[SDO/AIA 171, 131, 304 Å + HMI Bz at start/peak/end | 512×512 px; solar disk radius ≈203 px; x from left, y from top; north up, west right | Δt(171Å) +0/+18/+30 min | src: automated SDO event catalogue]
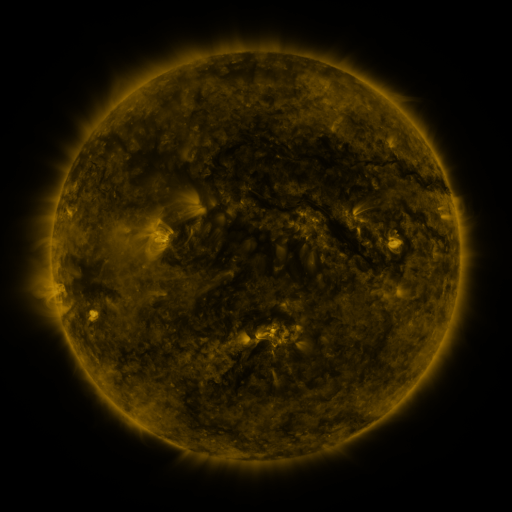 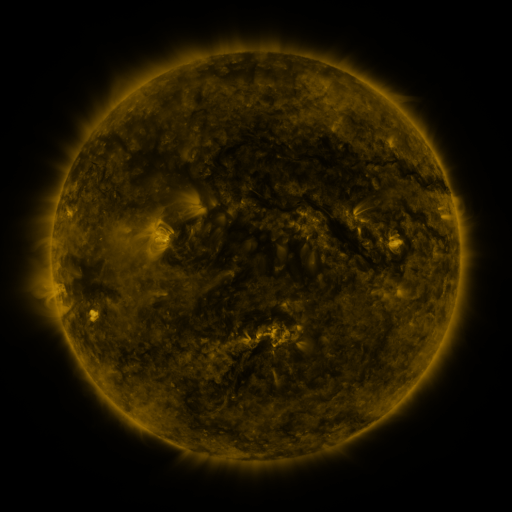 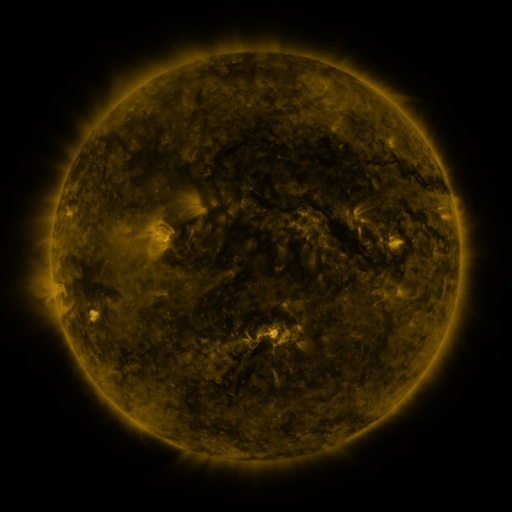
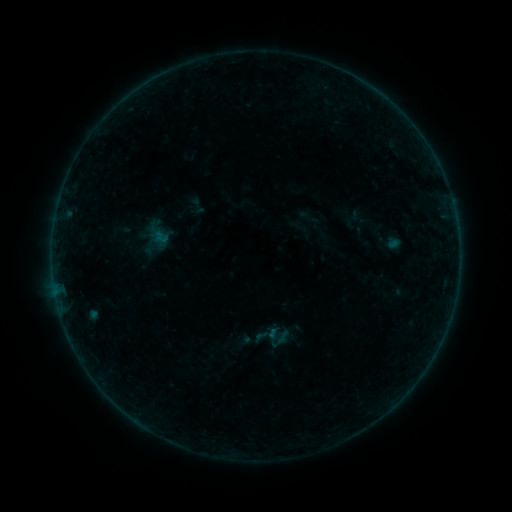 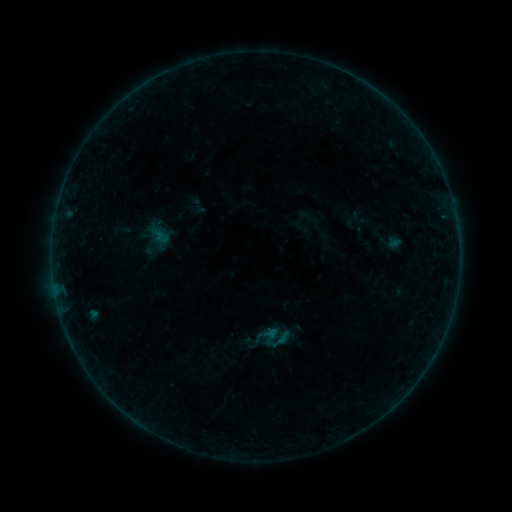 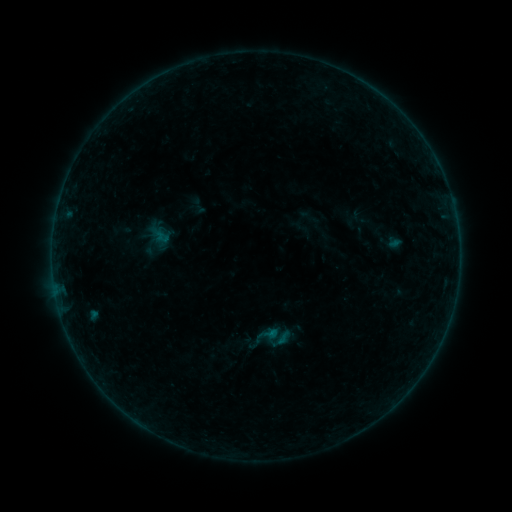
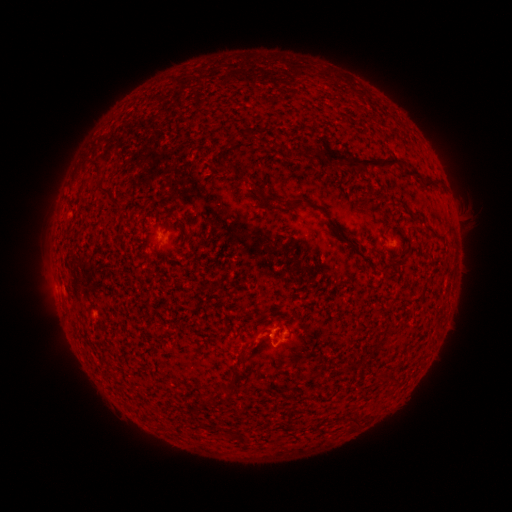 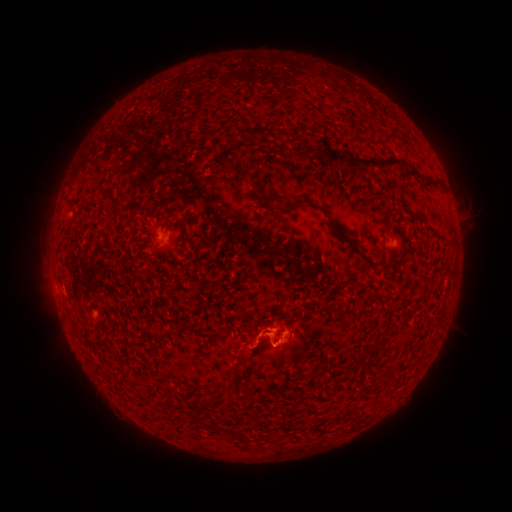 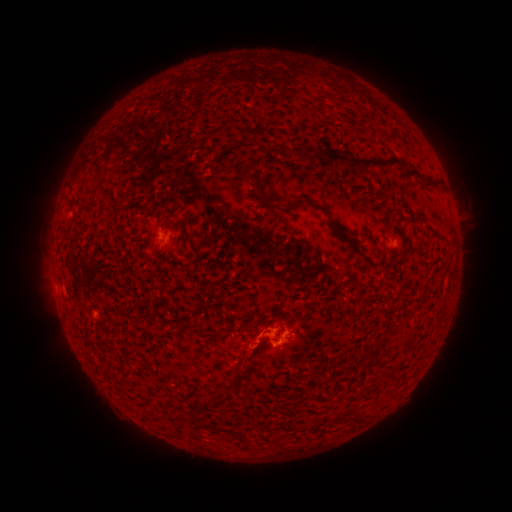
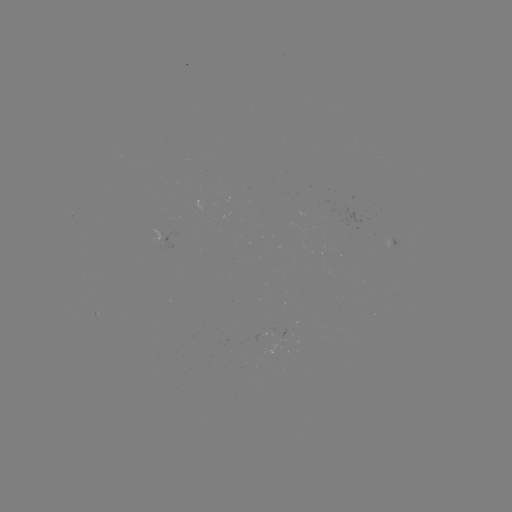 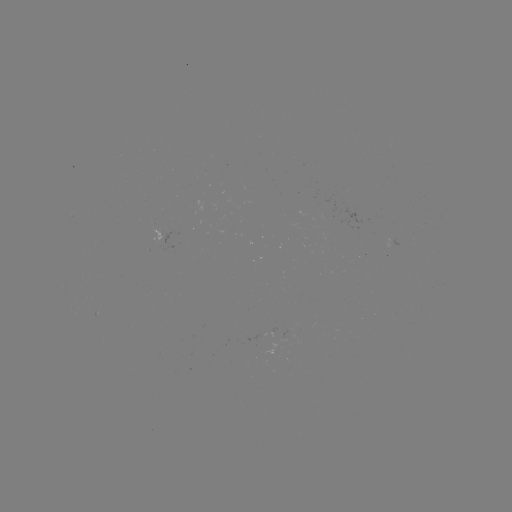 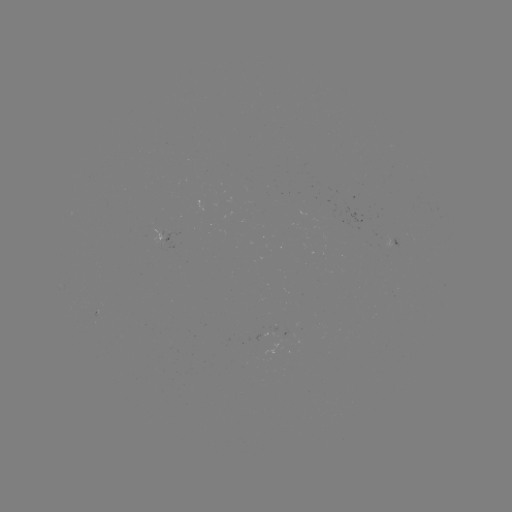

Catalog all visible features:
B2.9 flare: (266, 331)
